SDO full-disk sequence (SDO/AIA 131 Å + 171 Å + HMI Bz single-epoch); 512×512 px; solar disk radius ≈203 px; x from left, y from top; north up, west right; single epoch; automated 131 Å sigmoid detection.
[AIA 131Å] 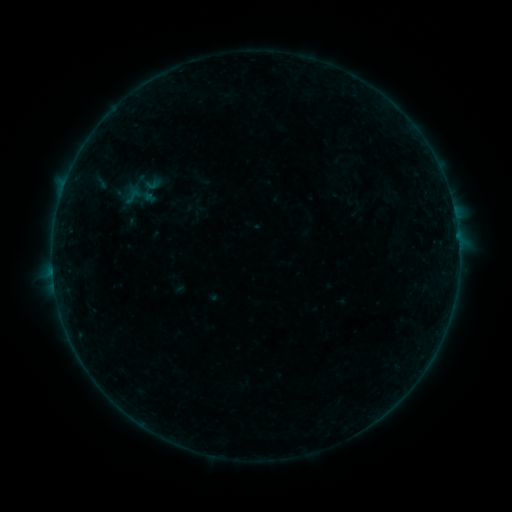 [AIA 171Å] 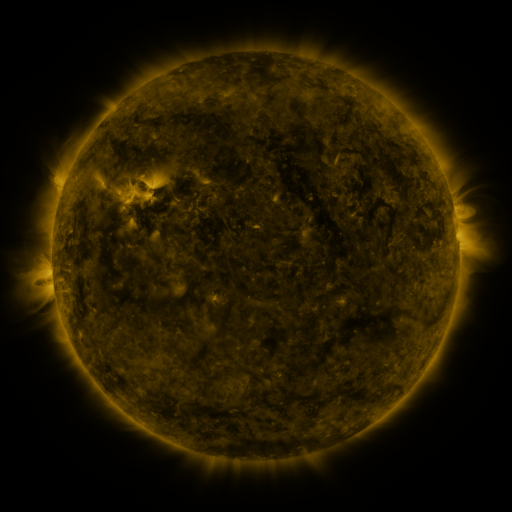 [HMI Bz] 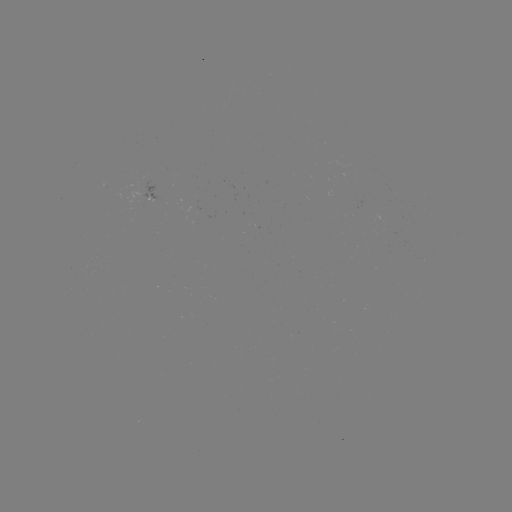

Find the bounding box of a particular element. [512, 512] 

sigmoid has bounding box [123, 185, 143, 206].